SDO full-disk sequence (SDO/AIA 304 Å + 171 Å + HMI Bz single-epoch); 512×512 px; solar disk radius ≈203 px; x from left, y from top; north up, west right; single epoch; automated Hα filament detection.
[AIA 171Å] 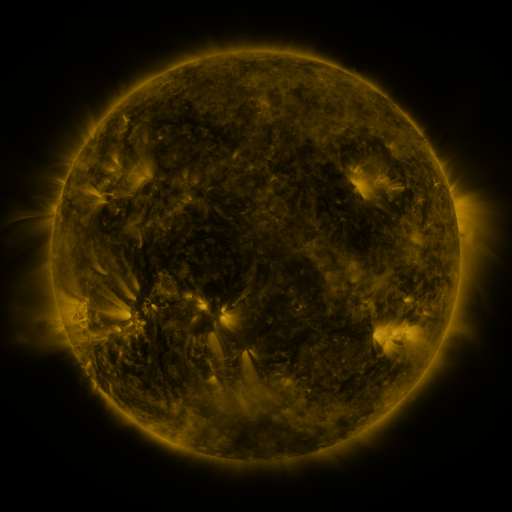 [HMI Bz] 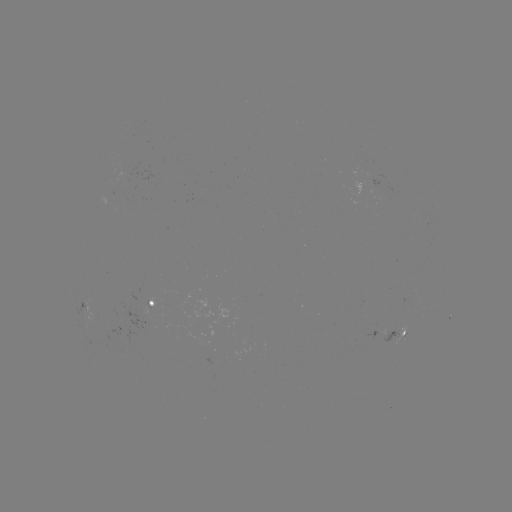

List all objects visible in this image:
filament: (229, 63, 239, 74)
filament: (167, 102, 190, 115)
filament: (271, 138, 284, 148)
filament: (120, 146, 126, 157)
filament: (356, 156, 376, 189)
filament: (74, 178, 85, 188)
filament: (64, 195, 76, 216)
filament: (299, 199, 309, 211)
filament: (179, 230, 190, 244)
filament: (154, 233, 173, 245)
filament: (91, 287, 109, 304)
filament: (144, 351, 155, 370)
filament: (96, 364, 103, 378)
filament: (346, 374, 369, 386)
filament: (318, 385, 338, 398)
filament: (135, 398, 145, 408)
